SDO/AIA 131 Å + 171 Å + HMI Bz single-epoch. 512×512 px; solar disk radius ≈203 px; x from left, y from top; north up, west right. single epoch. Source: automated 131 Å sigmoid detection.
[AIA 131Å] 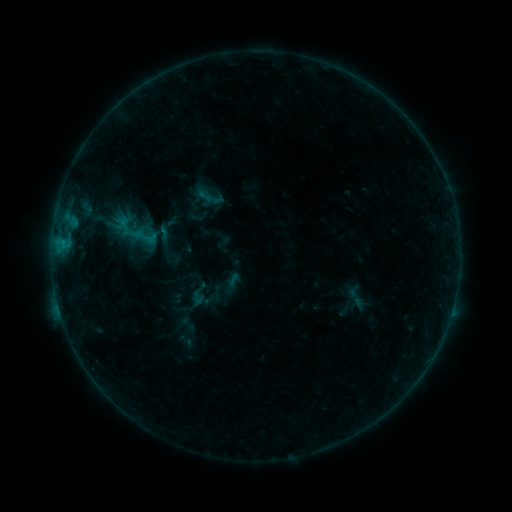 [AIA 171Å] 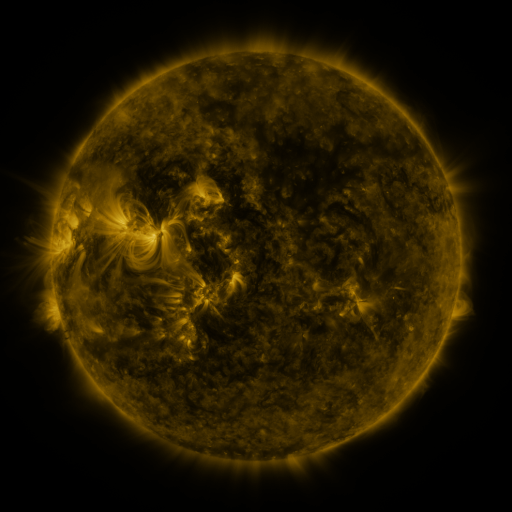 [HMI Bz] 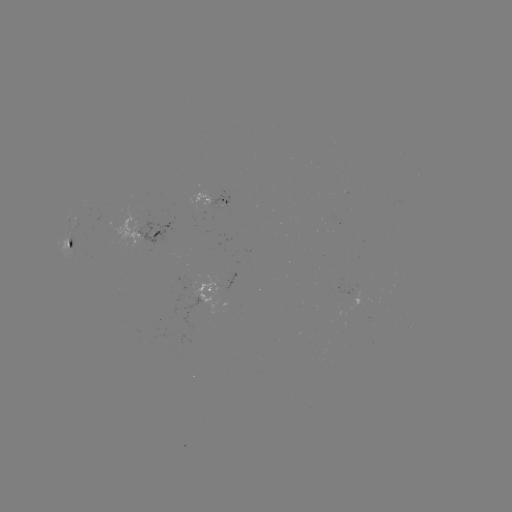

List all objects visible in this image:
sigmoid: (205, 196)
sigmoid: (356, 297)
